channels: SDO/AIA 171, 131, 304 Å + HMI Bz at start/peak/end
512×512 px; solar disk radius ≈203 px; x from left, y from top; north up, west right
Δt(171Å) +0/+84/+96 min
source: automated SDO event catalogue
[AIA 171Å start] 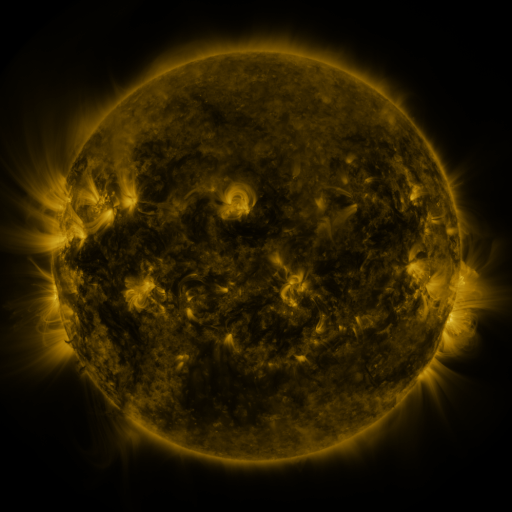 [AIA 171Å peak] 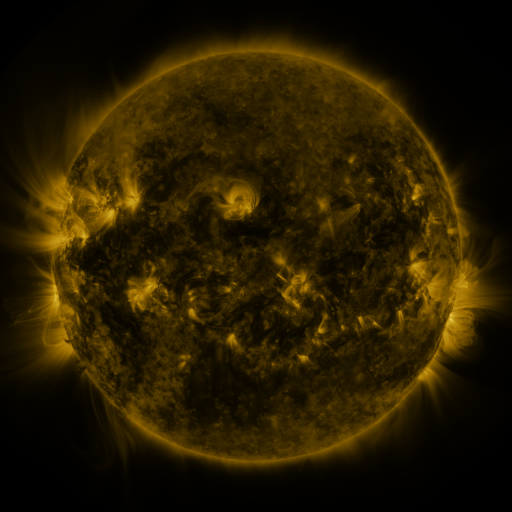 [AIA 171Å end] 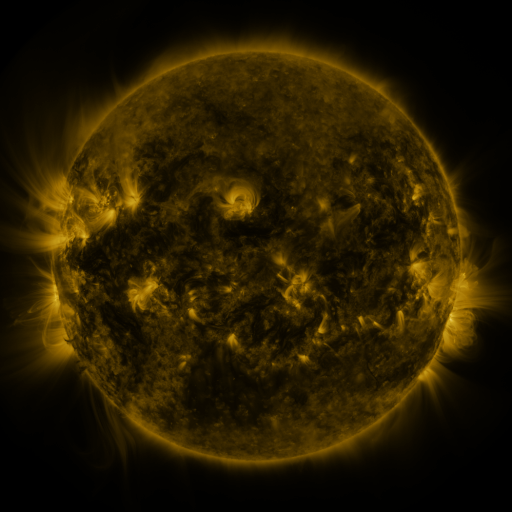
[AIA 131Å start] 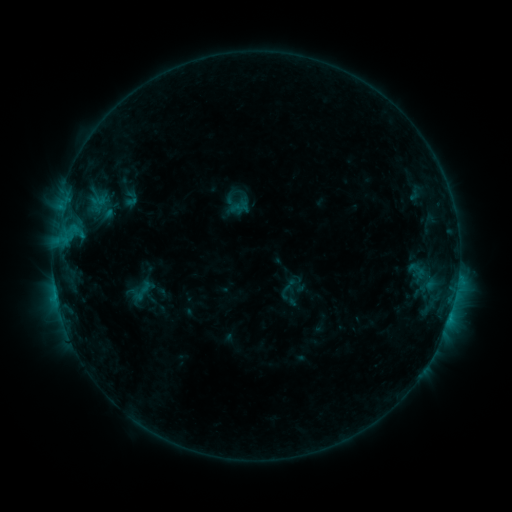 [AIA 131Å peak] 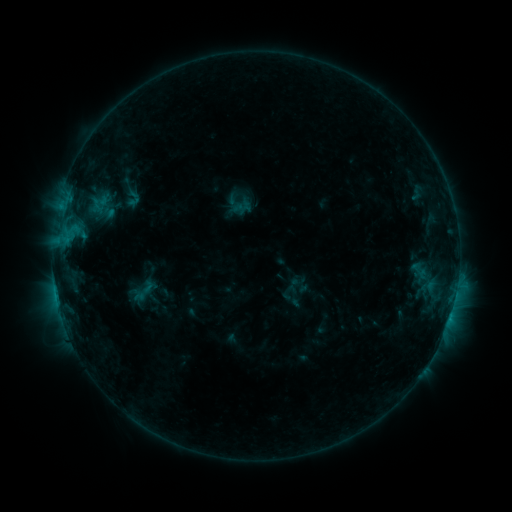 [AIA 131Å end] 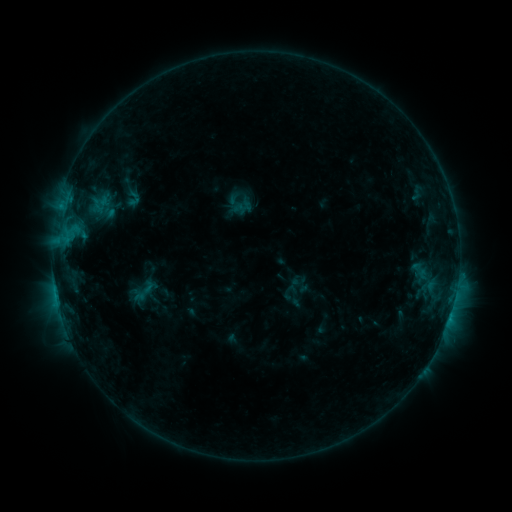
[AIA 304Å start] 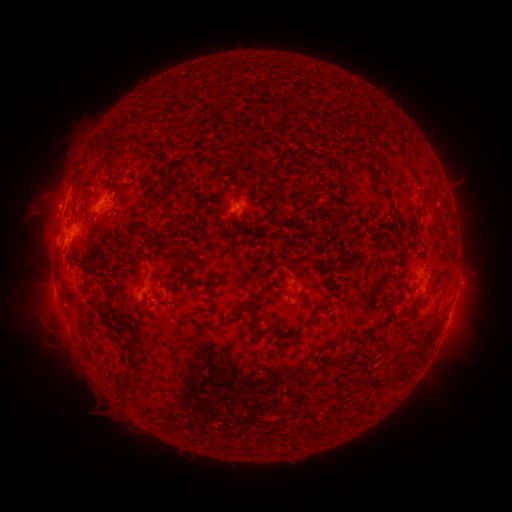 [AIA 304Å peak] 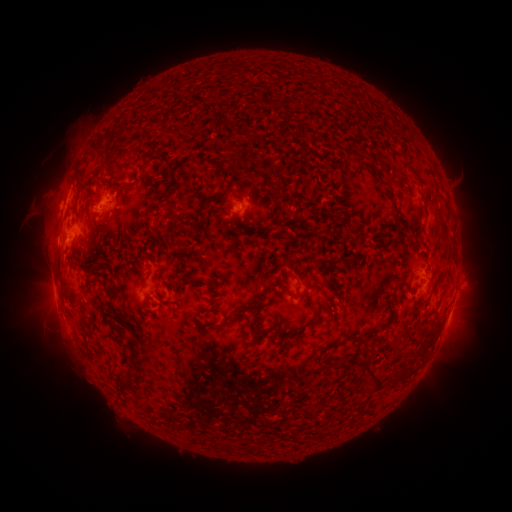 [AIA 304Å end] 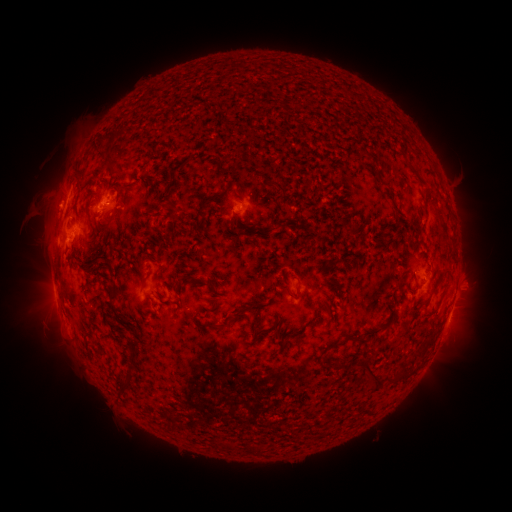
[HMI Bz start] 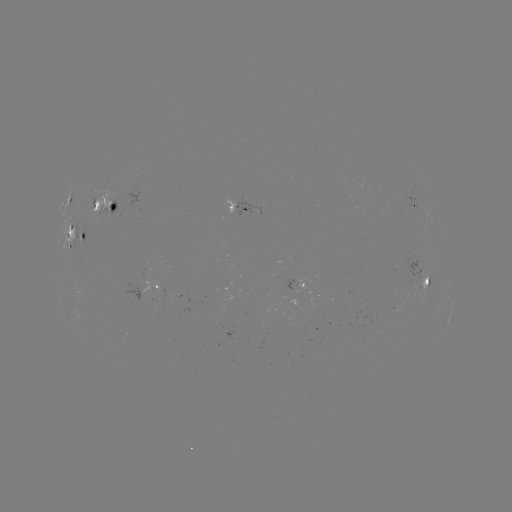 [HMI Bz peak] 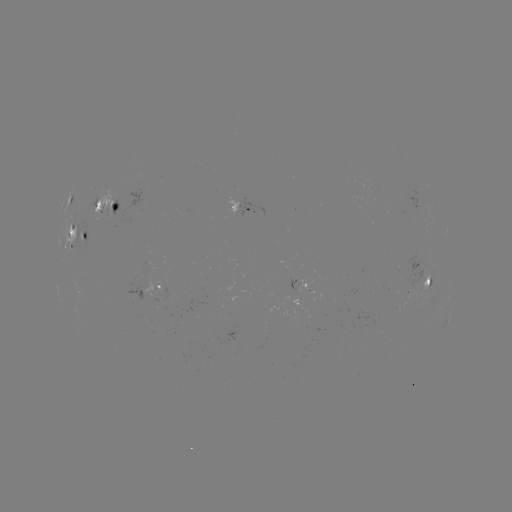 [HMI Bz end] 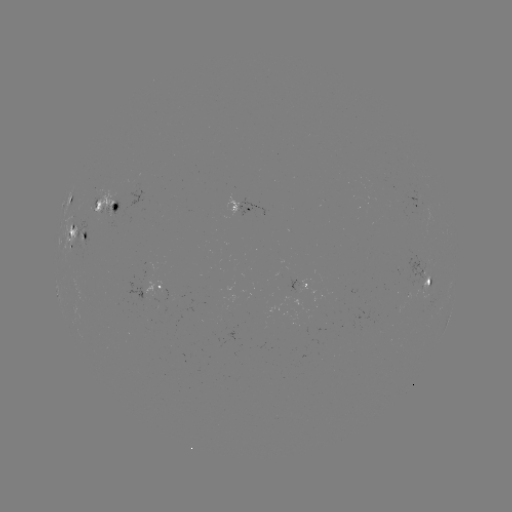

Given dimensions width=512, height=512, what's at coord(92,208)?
emerging-flux region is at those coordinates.